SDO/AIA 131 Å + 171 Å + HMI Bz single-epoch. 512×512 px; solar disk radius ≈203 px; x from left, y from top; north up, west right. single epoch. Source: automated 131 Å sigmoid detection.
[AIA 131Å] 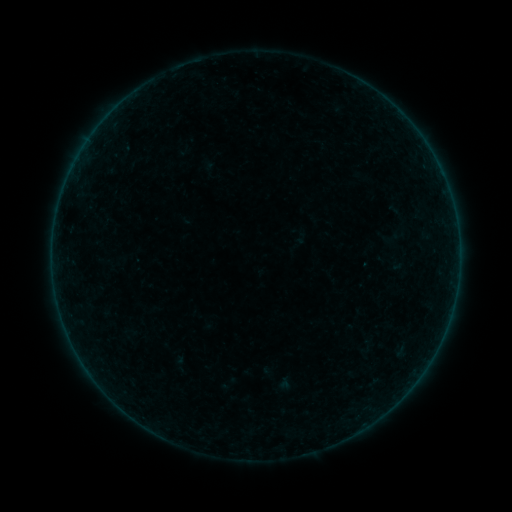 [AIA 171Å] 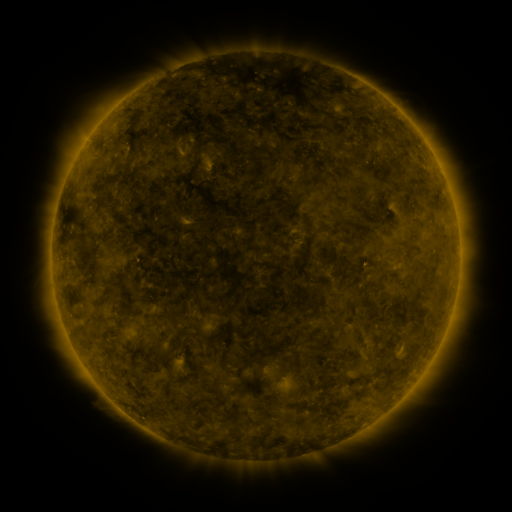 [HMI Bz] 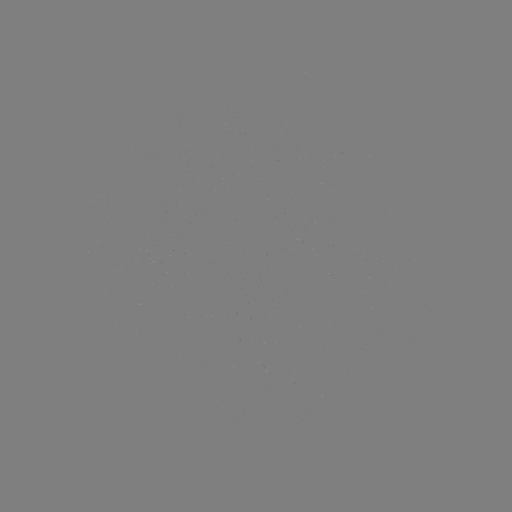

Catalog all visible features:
sigmoid: (367, 347)
sigmoid: (180, 364)
